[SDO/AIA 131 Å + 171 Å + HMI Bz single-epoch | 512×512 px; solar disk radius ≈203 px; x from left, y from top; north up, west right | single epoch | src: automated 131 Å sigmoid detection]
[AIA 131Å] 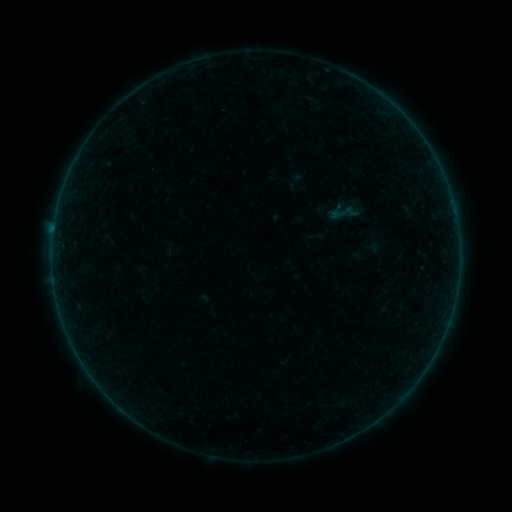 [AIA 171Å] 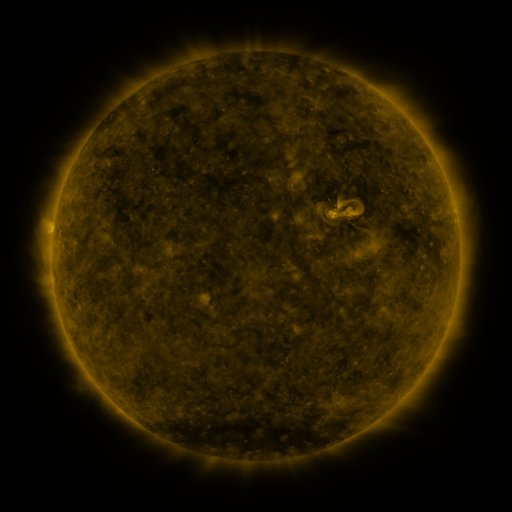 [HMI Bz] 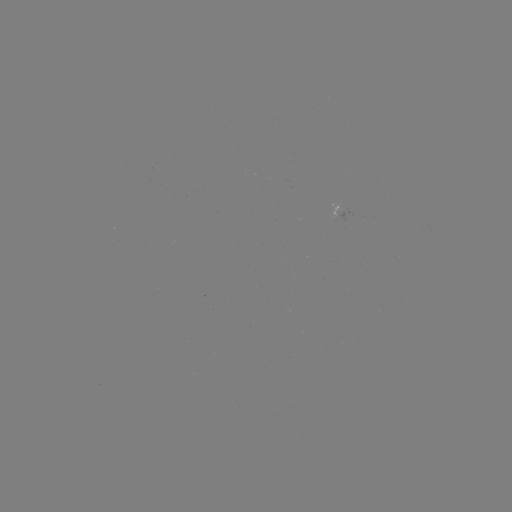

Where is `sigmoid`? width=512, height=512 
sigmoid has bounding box [326, 196, 359, 230].